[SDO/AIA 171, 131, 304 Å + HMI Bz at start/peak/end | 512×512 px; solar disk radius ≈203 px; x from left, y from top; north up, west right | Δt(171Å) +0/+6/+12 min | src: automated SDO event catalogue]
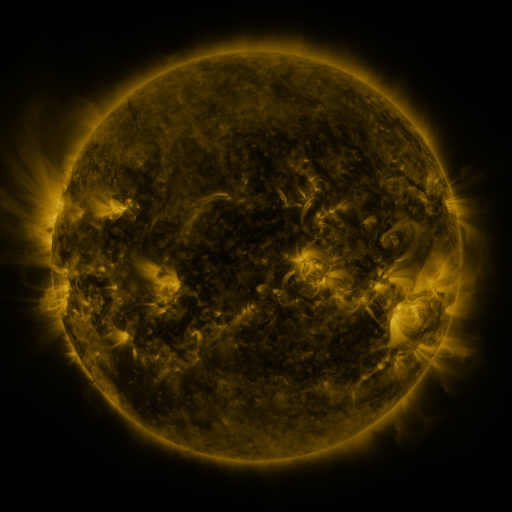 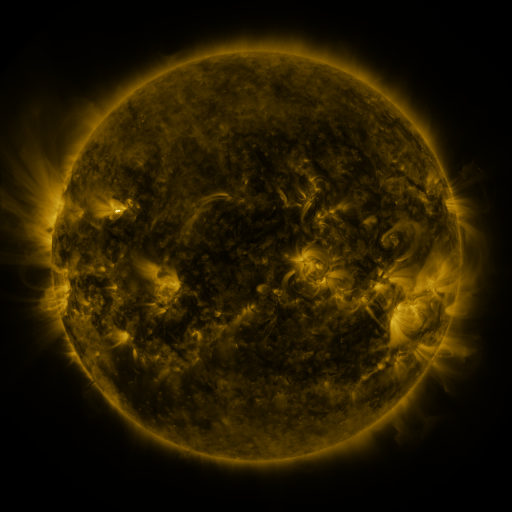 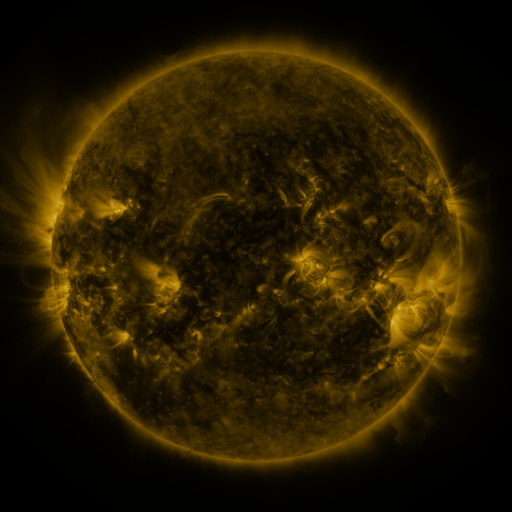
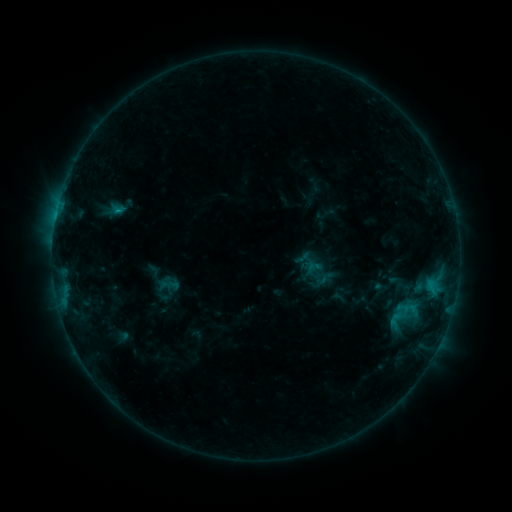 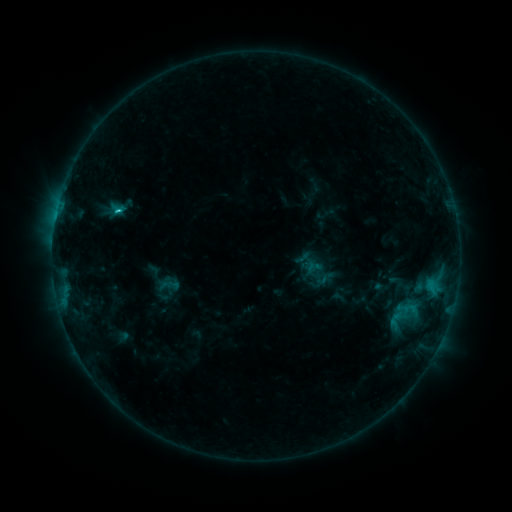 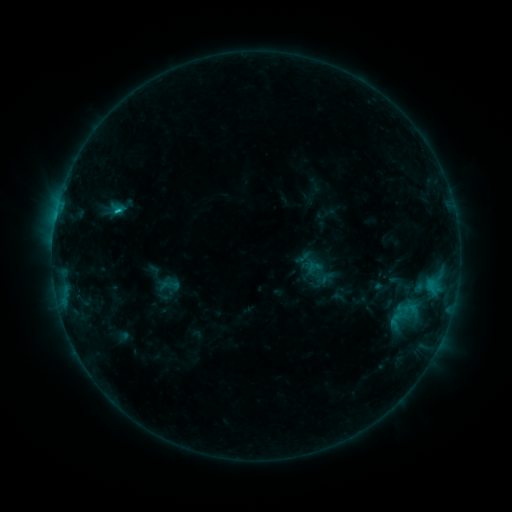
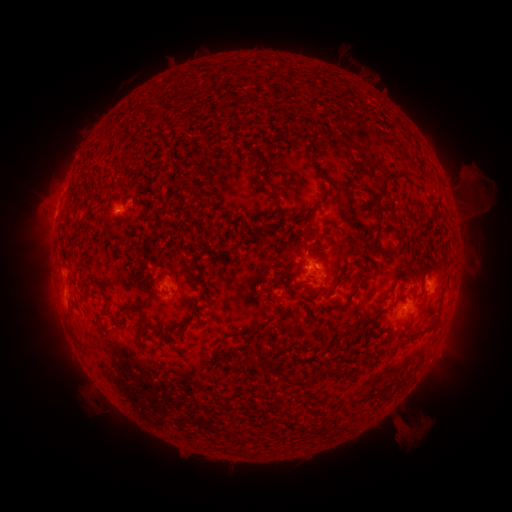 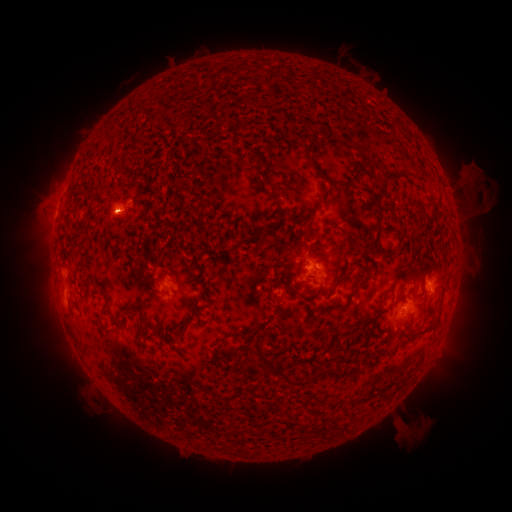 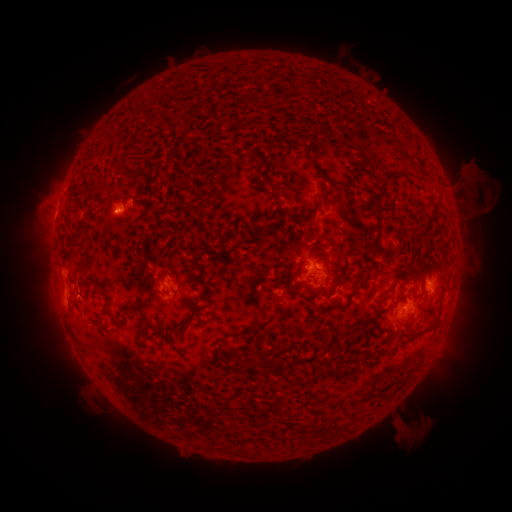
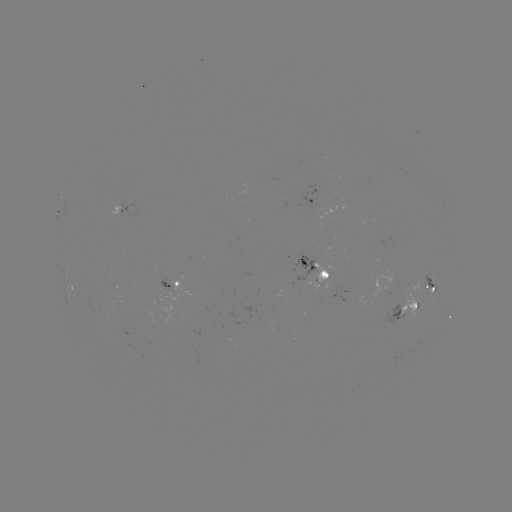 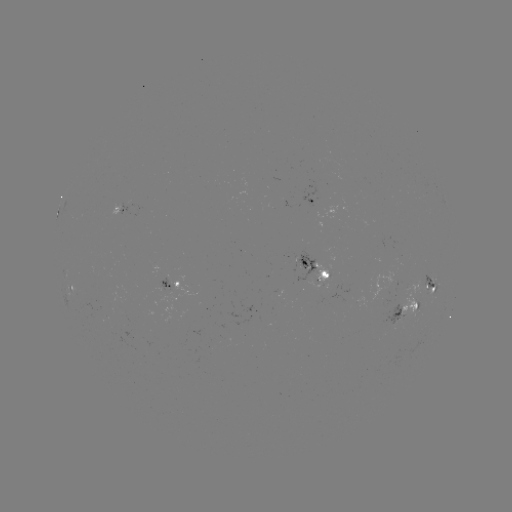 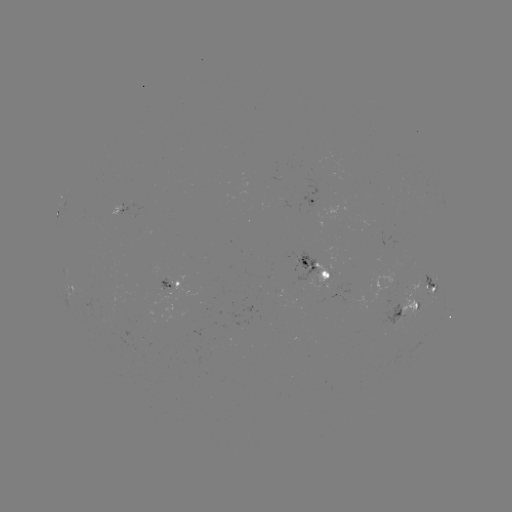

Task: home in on C1.2 flare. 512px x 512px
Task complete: [118, 214].